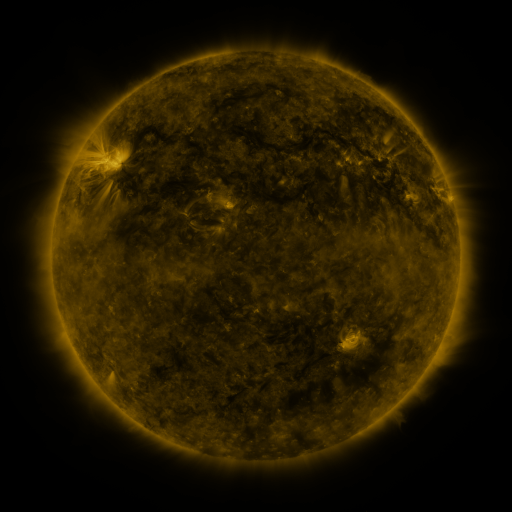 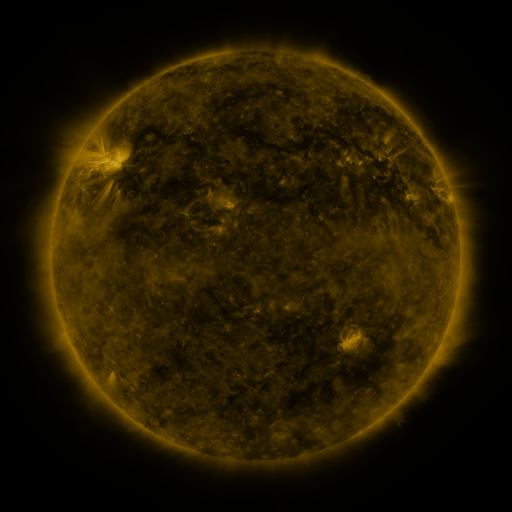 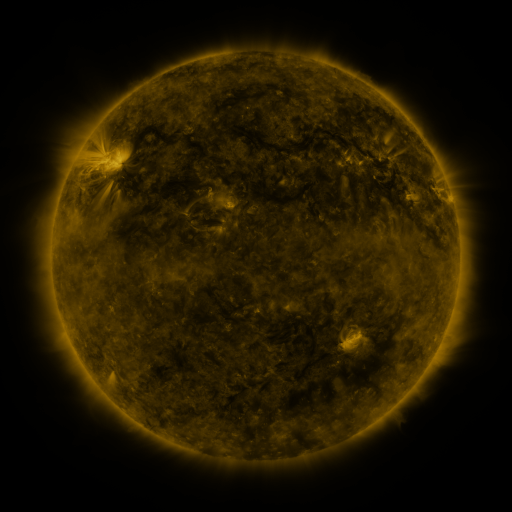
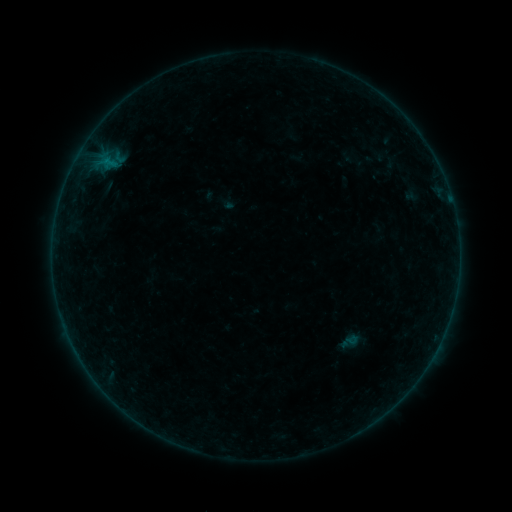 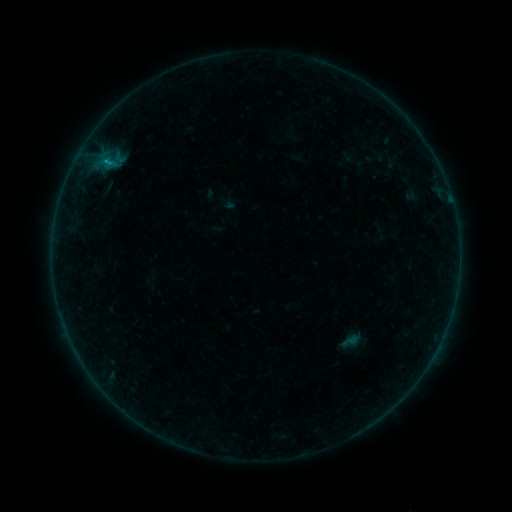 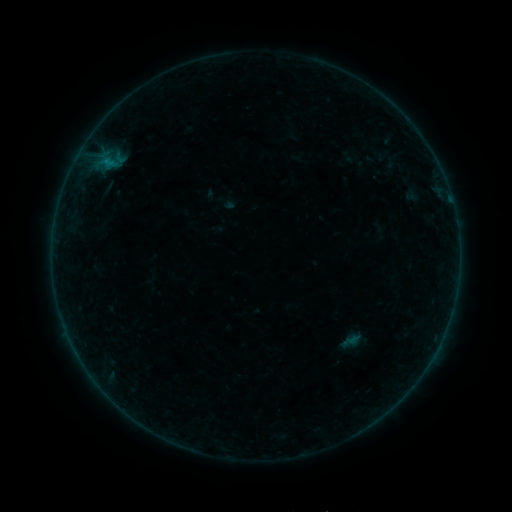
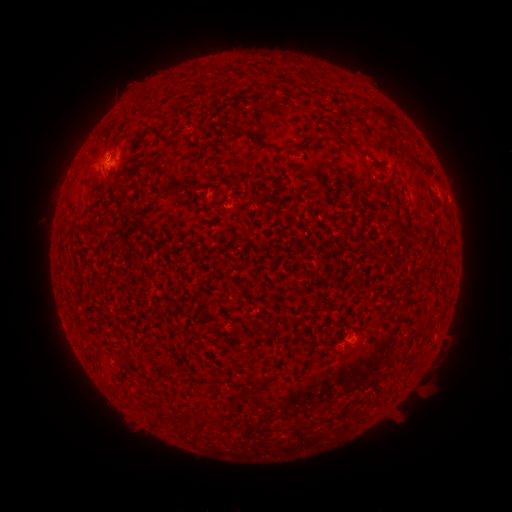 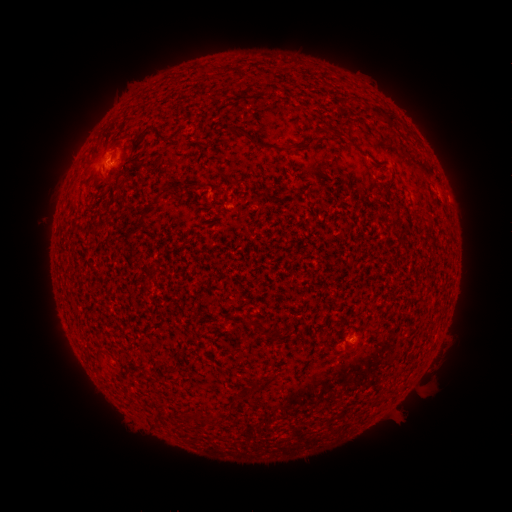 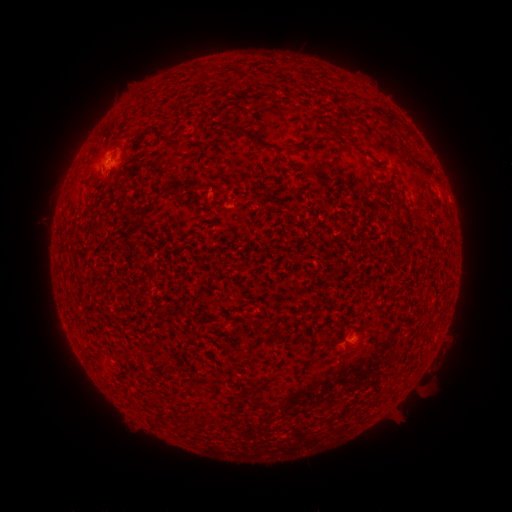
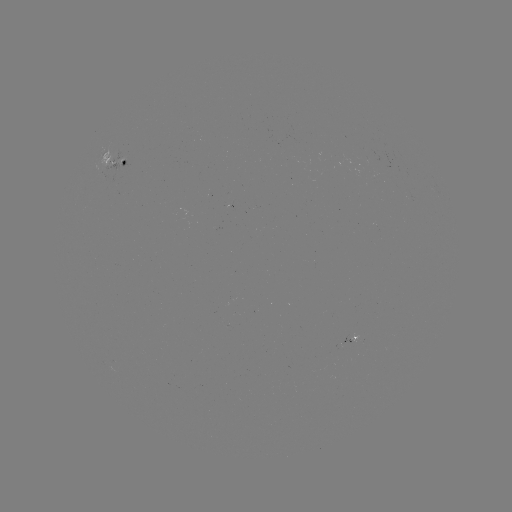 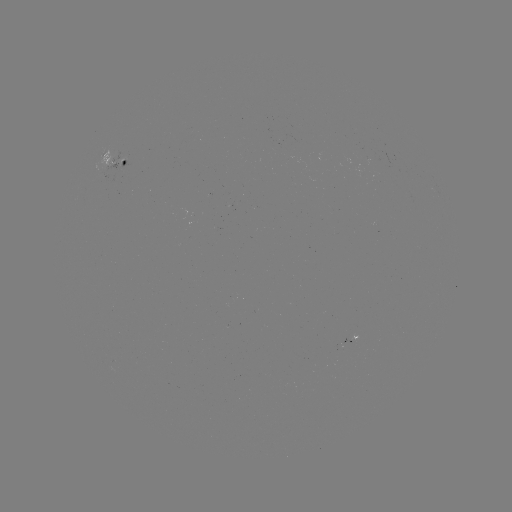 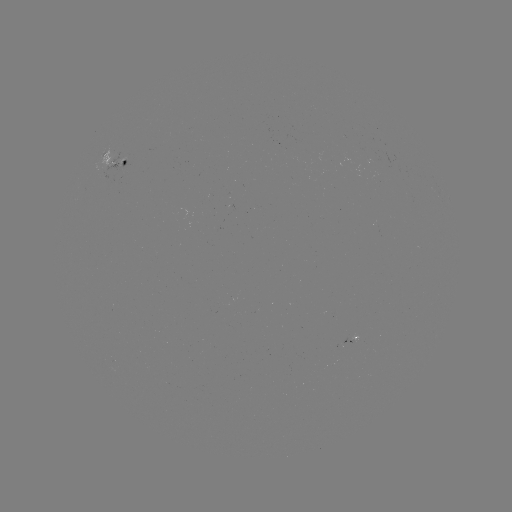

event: flare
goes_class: B2.2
